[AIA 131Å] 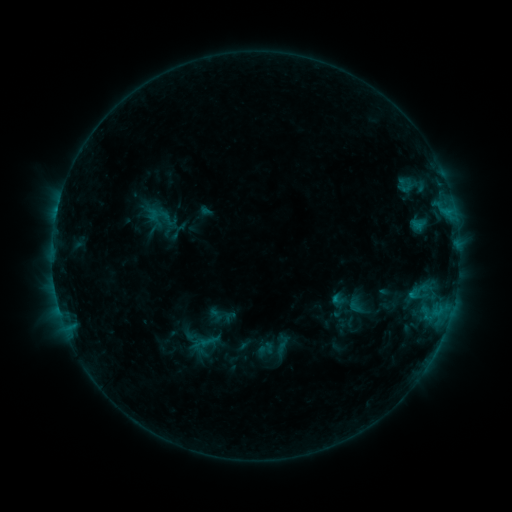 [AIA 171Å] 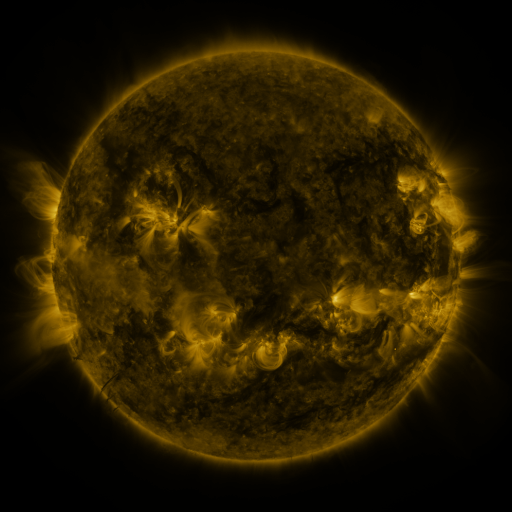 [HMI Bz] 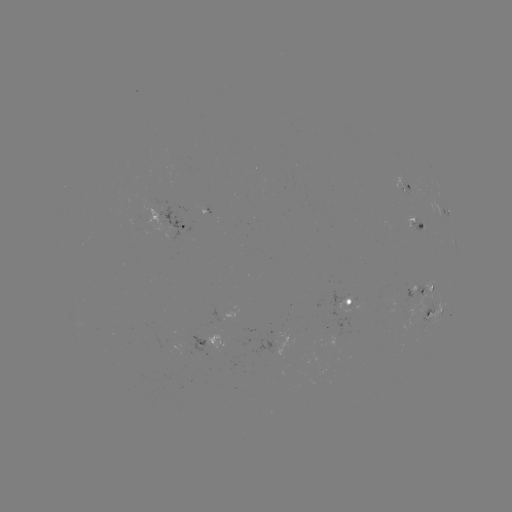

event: sigmoid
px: (282, 346)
